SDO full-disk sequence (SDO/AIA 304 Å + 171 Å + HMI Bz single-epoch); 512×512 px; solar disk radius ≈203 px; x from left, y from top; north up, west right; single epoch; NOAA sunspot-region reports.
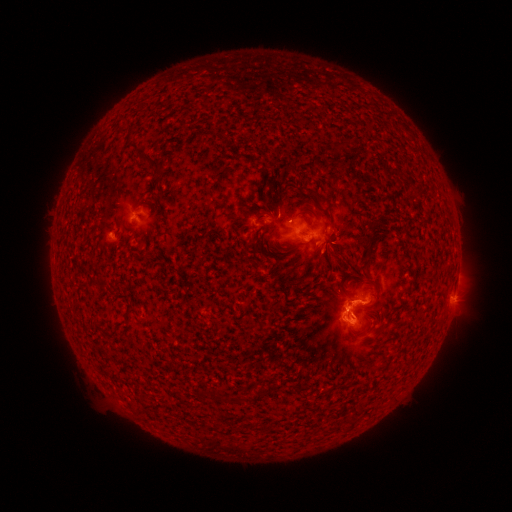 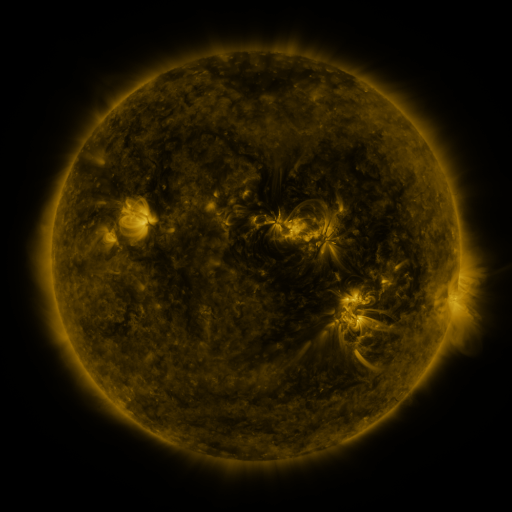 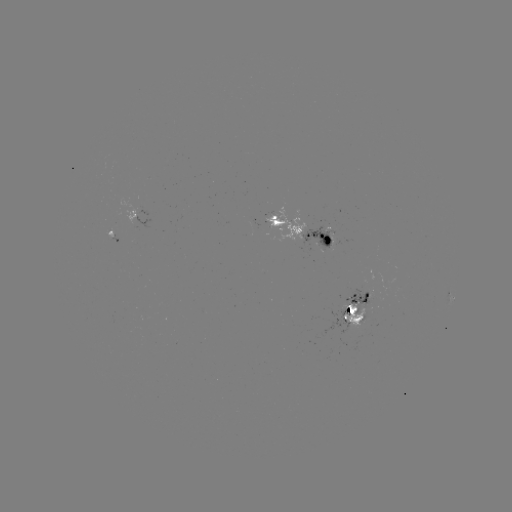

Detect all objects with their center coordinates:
spotted active region: (133, 212)
spotted active region: (303, 231)
spotted active region: (114, 235)
spotted active region: (455, 284)
spotted active region: (450, 293)
spotted active region: (356, 309)
